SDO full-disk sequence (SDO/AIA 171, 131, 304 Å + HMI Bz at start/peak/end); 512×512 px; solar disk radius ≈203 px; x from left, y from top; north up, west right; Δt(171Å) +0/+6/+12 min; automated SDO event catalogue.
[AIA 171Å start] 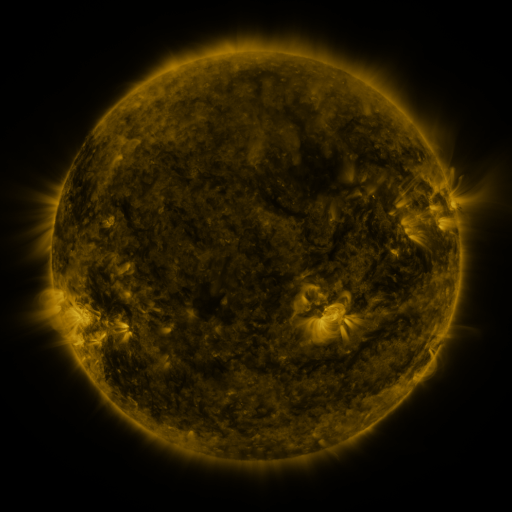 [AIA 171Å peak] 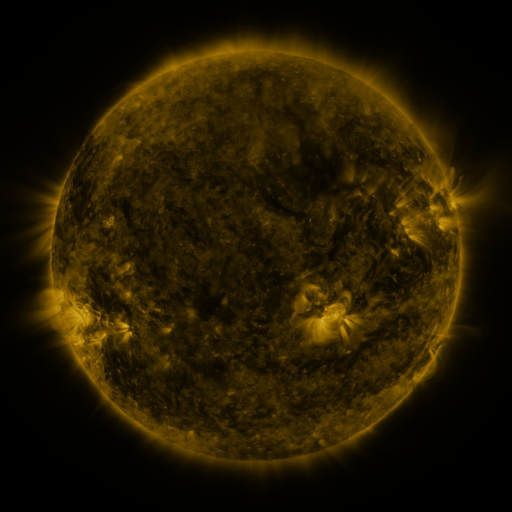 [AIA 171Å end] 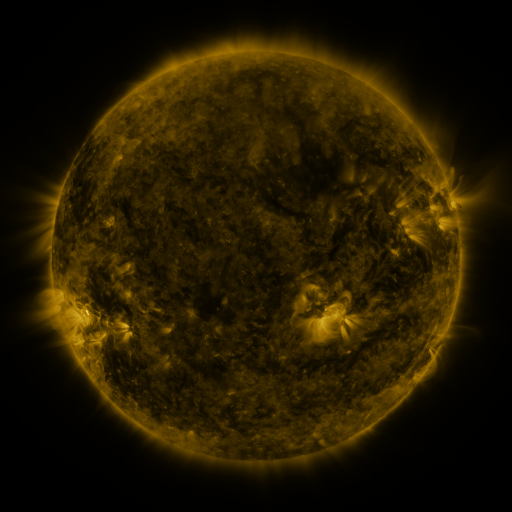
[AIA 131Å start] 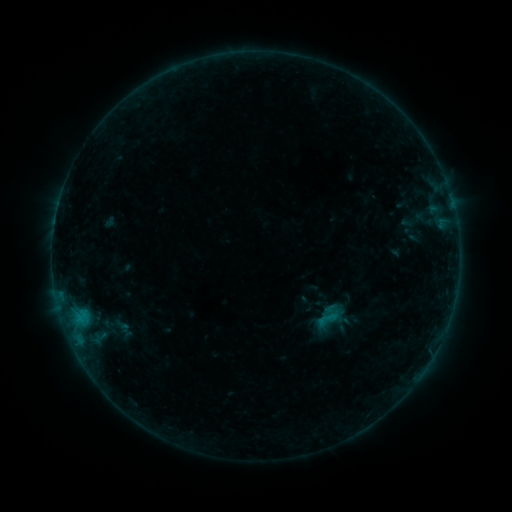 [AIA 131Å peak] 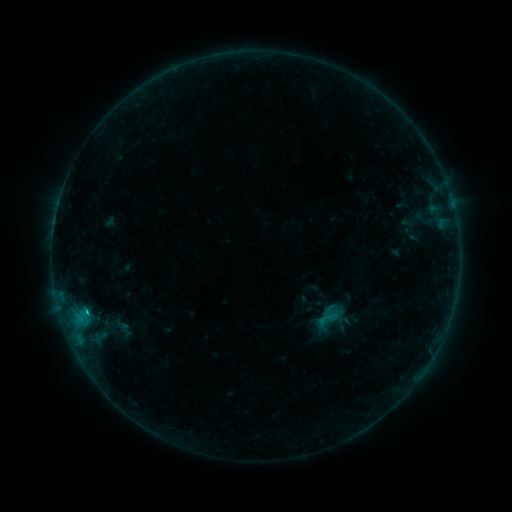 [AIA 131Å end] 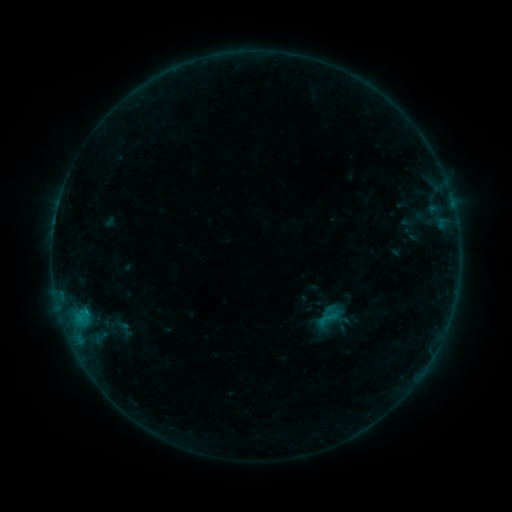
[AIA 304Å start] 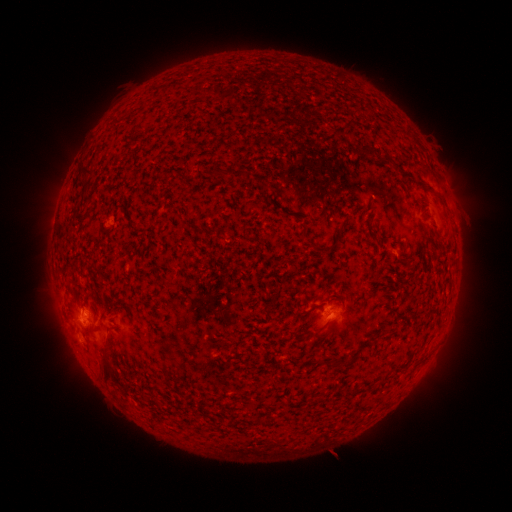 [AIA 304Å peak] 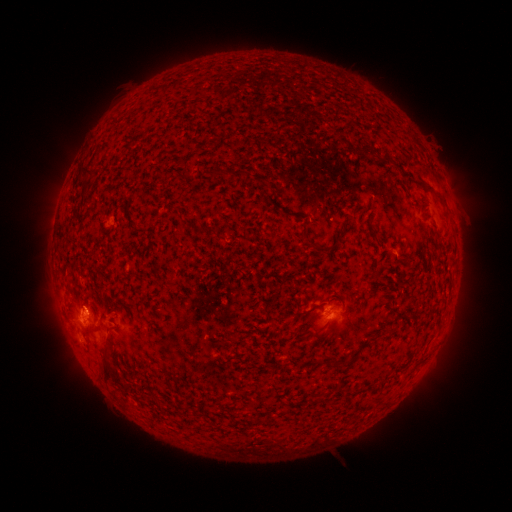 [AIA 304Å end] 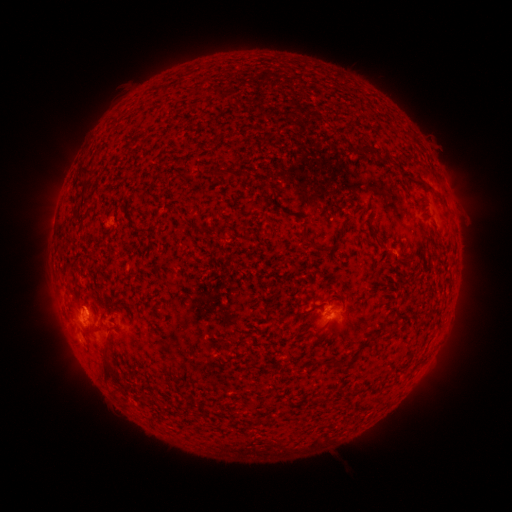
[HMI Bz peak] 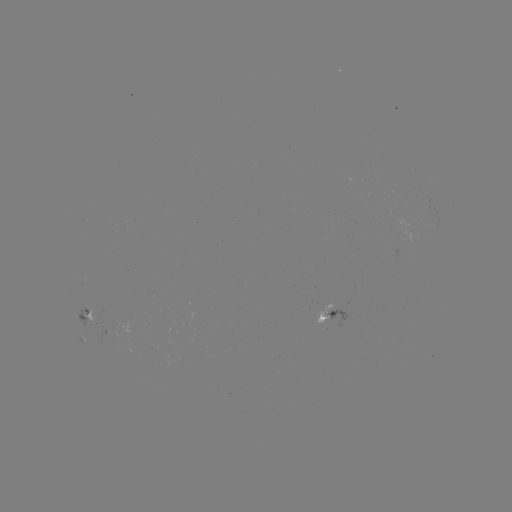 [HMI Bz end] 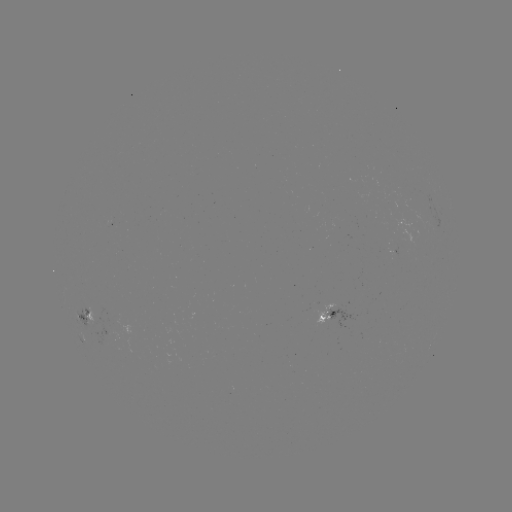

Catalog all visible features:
B6.8 flare: (88, 310)
